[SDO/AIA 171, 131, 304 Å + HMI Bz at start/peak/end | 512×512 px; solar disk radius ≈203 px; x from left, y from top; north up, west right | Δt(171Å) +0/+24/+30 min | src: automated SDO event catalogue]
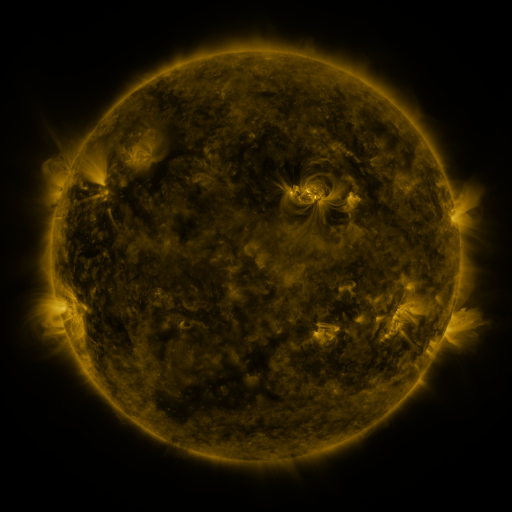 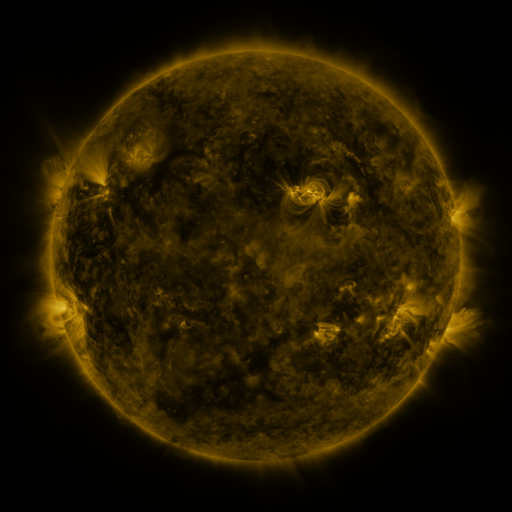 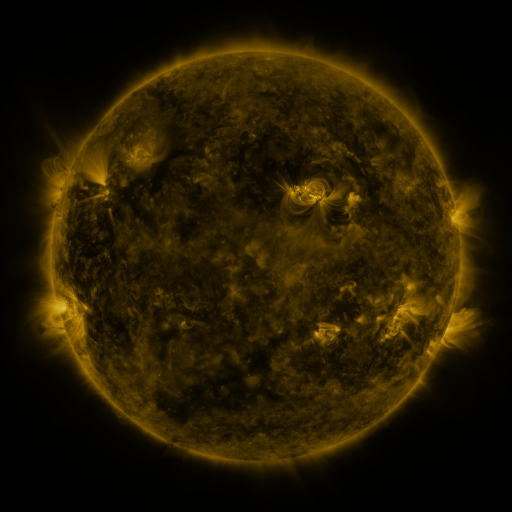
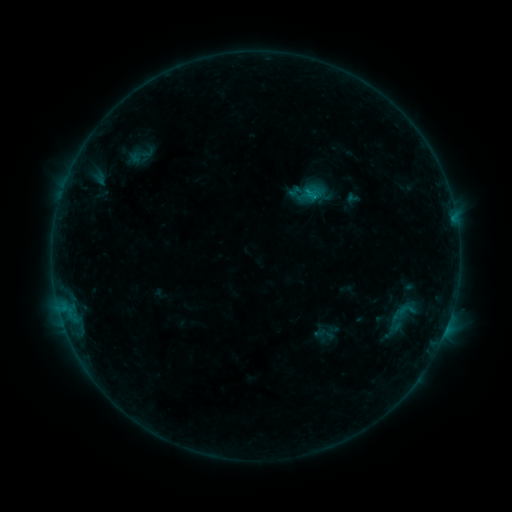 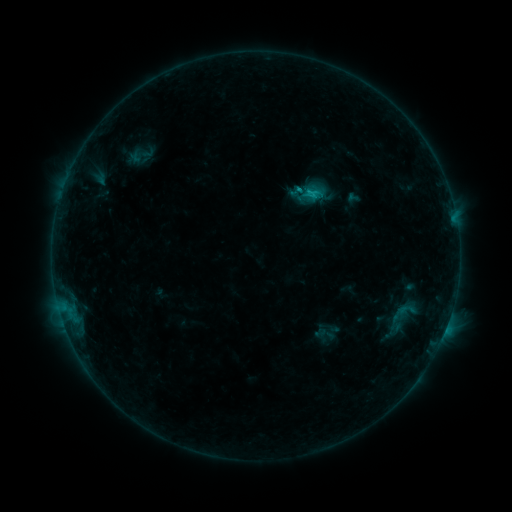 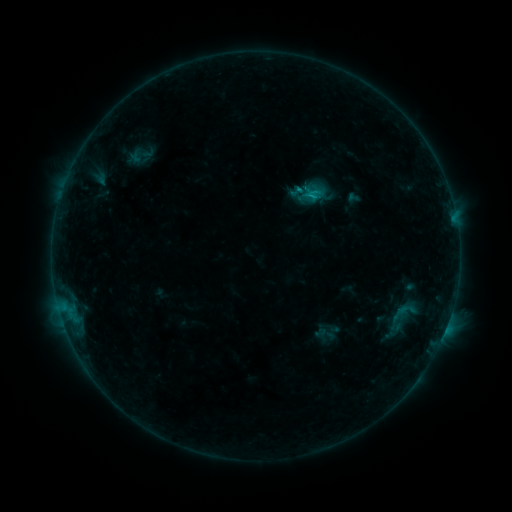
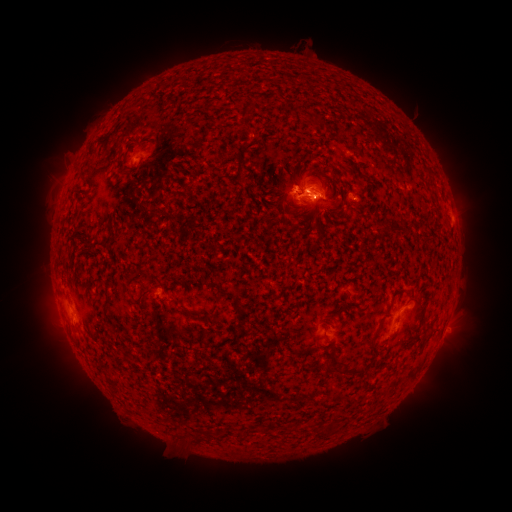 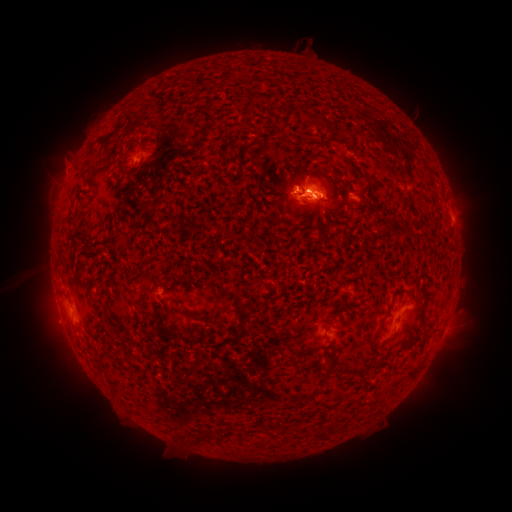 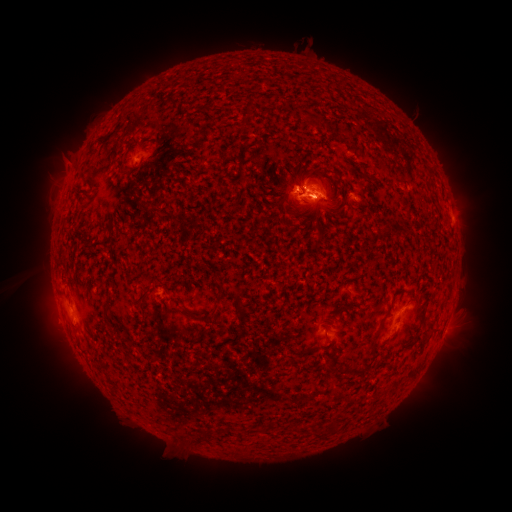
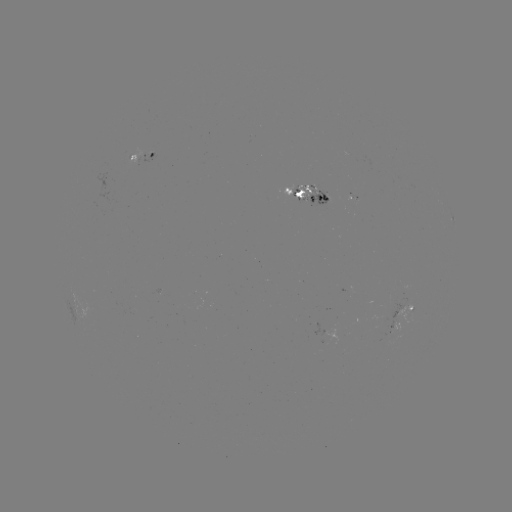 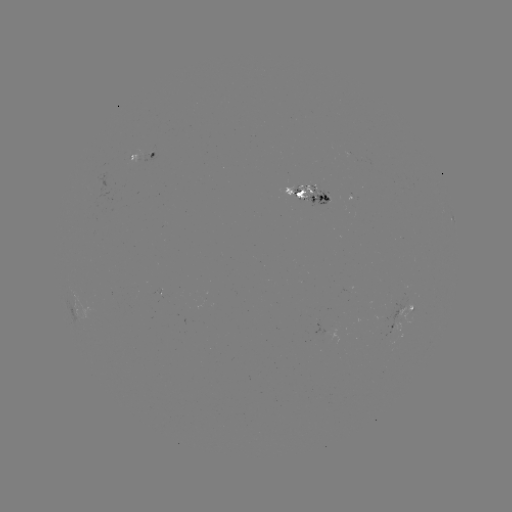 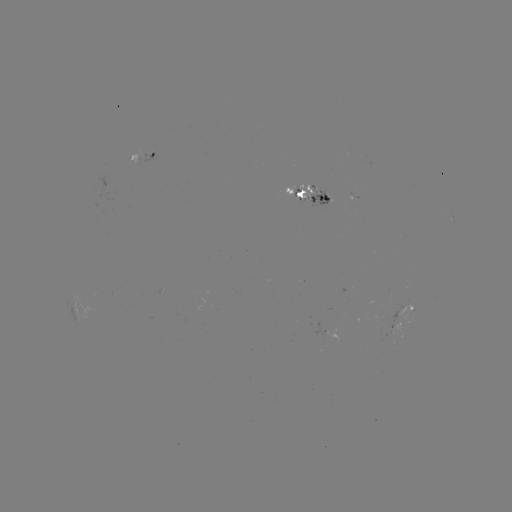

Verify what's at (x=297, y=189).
C1.0 flare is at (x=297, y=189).